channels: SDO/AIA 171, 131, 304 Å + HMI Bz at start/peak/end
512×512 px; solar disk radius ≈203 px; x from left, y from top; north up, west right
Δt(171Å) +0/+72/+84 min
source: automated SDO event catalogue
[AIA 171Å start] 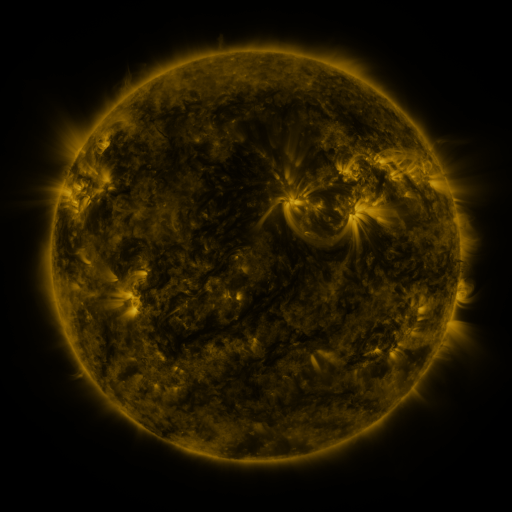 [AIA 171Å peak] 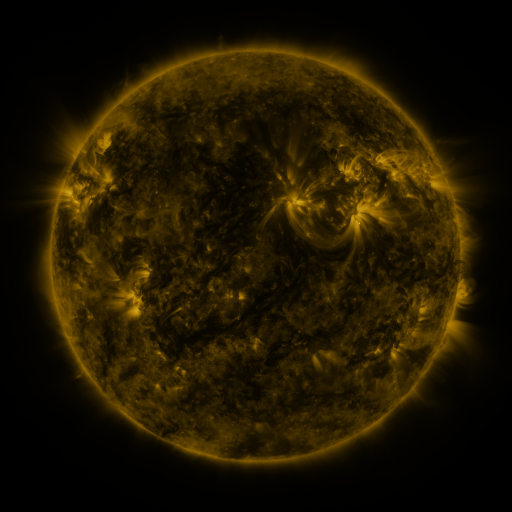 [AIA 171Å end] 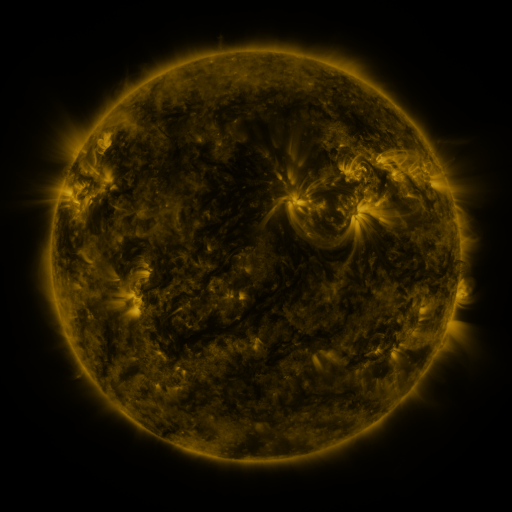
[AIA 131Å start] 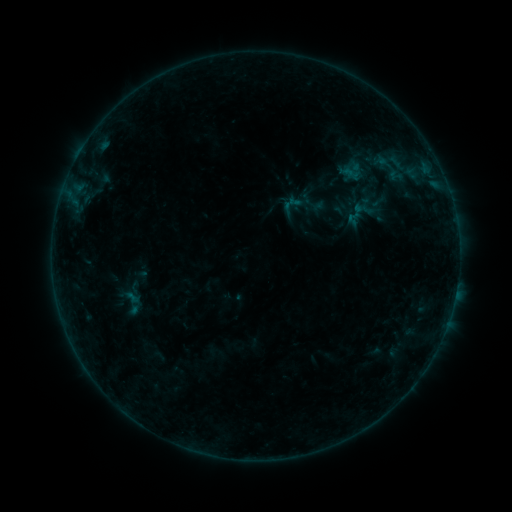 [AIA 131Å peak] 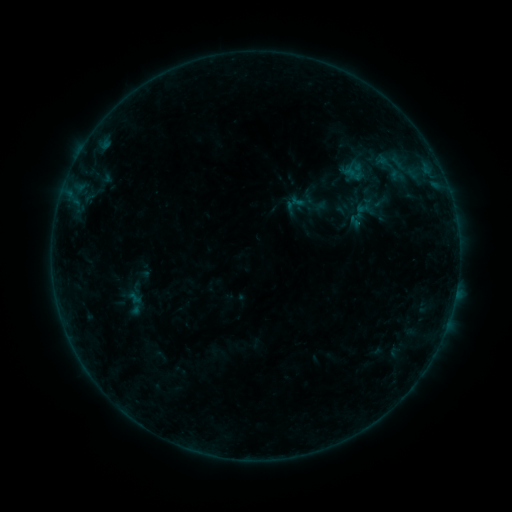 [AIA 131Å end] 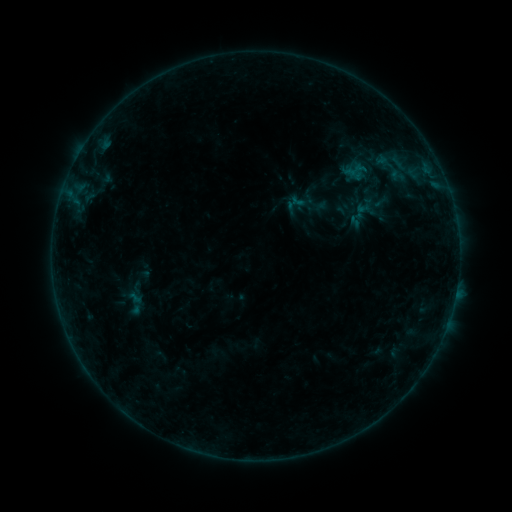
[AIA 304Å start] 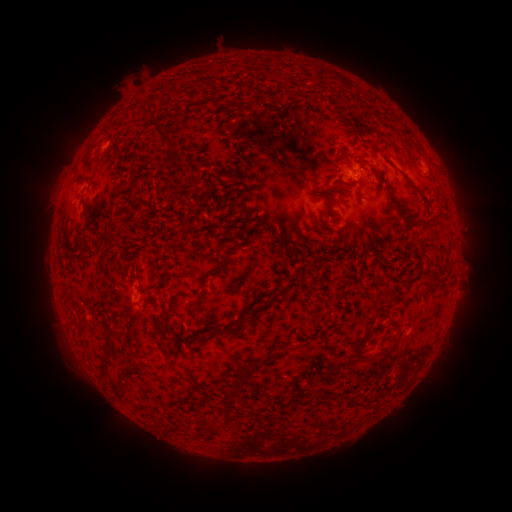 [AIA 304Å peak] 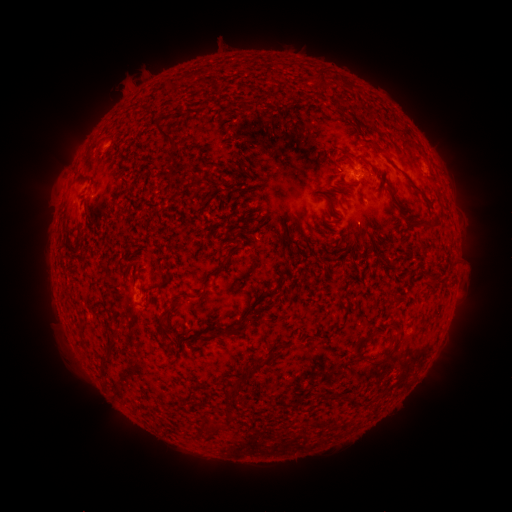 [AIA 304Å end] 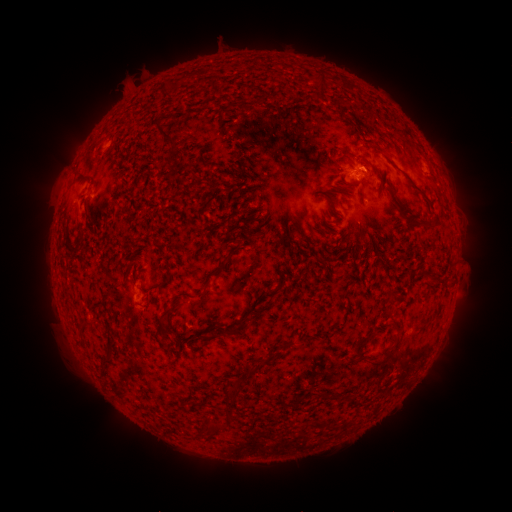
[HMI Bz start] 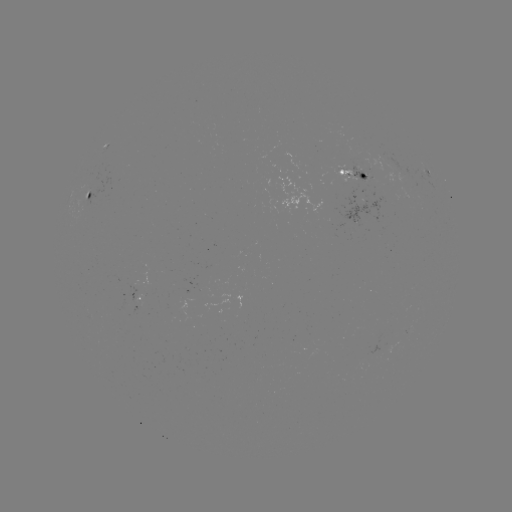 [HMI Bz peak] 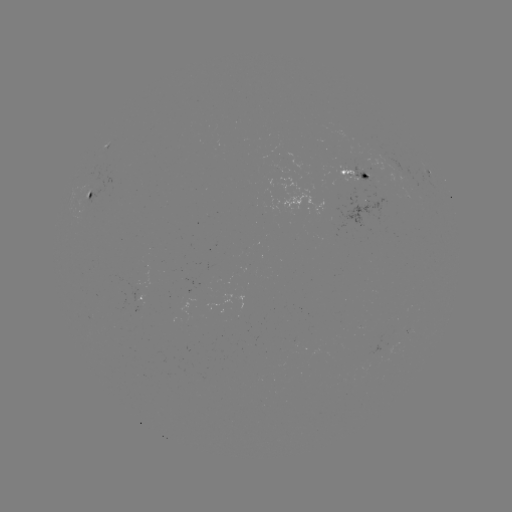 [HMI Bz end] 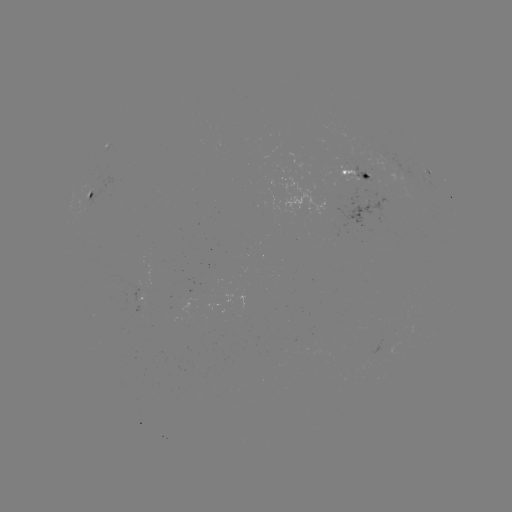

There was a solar emerging-flux region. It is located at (390, 162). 